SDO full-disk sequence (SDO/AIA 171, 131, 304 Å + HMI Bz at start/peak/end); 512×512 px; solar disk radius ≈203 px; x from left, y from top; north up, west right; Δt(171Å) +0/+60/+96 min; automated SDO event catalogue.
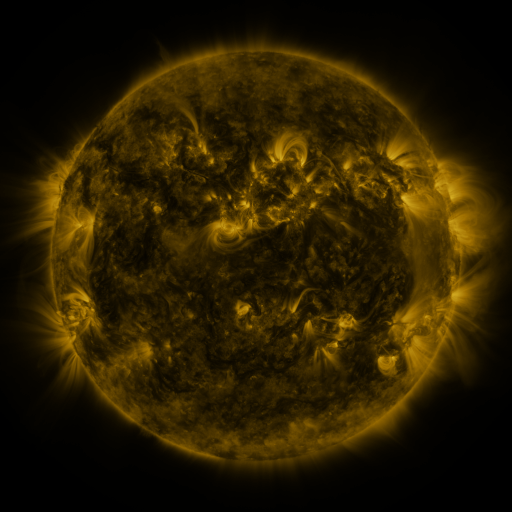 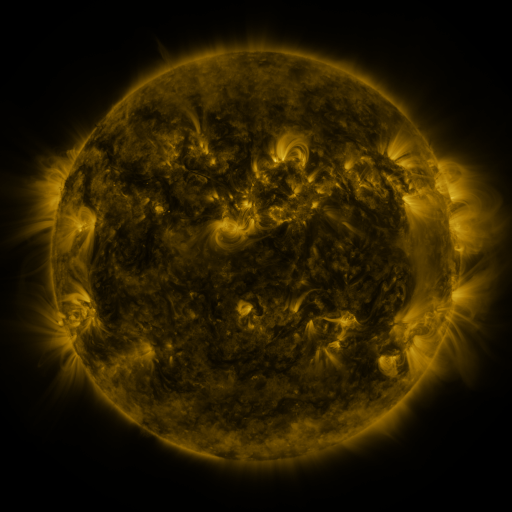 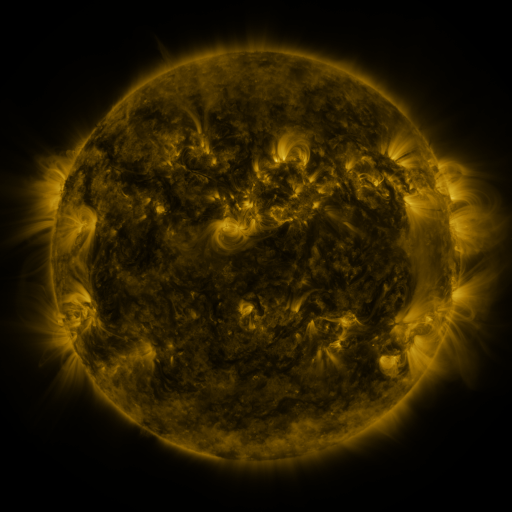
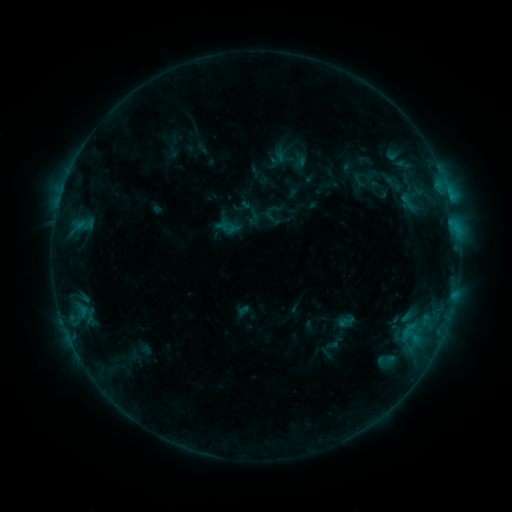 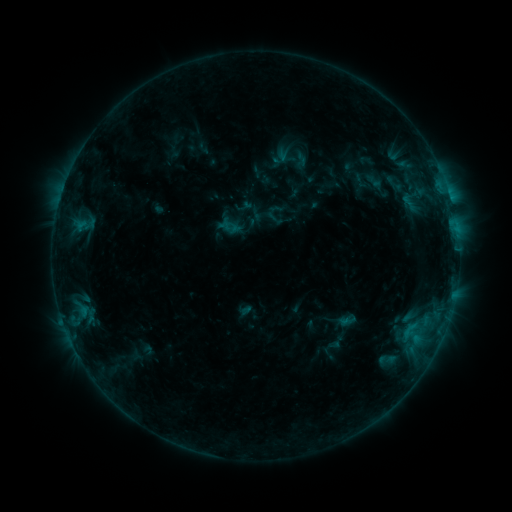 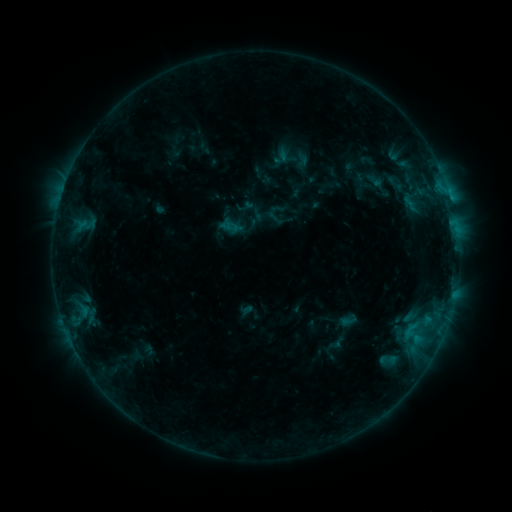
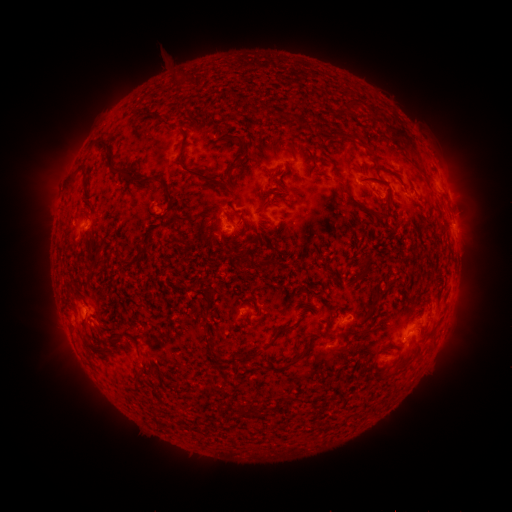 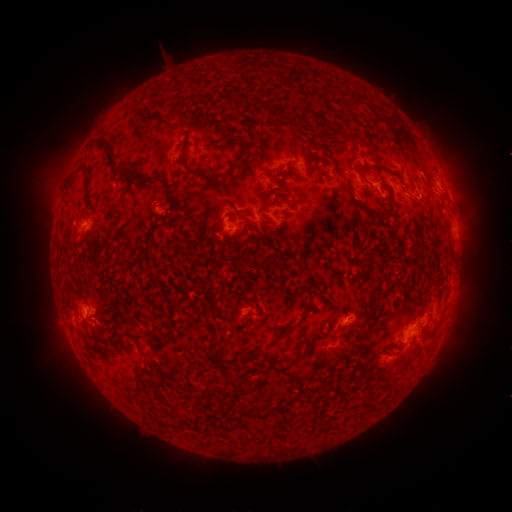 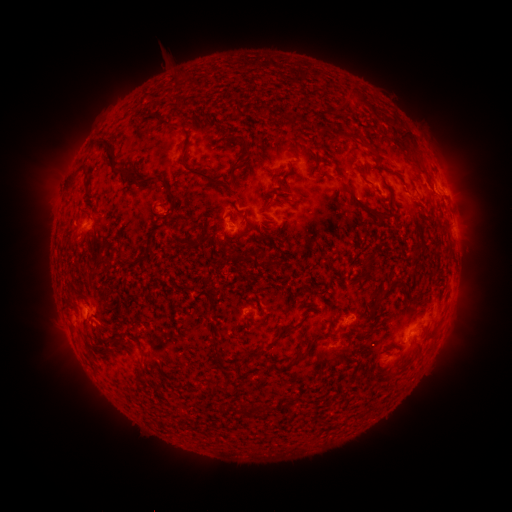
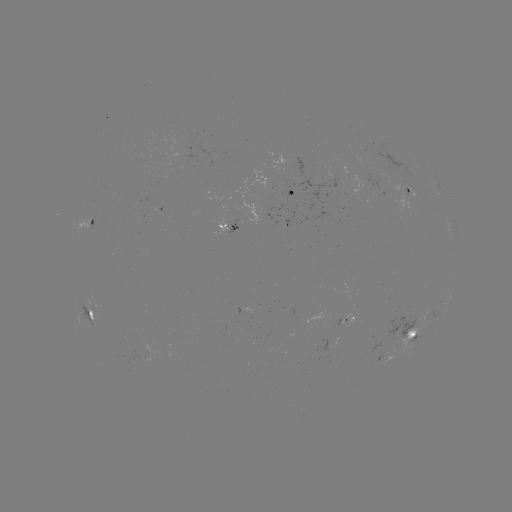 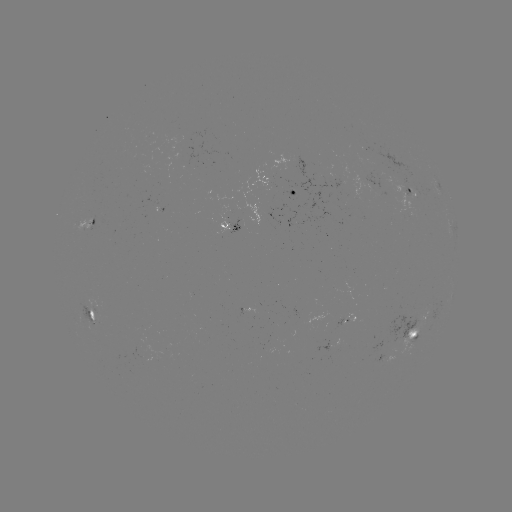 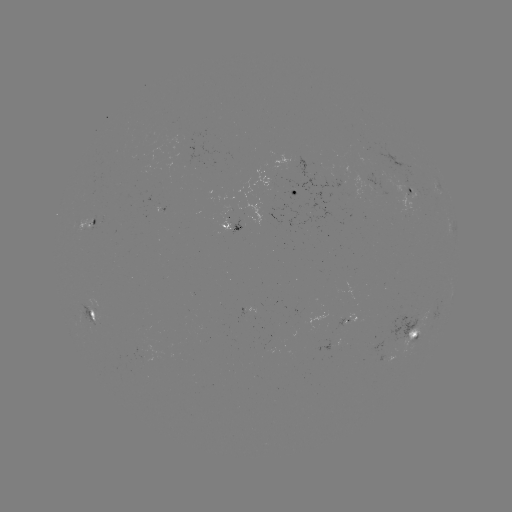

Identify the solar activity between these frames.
emerging-flux region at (329, 346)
